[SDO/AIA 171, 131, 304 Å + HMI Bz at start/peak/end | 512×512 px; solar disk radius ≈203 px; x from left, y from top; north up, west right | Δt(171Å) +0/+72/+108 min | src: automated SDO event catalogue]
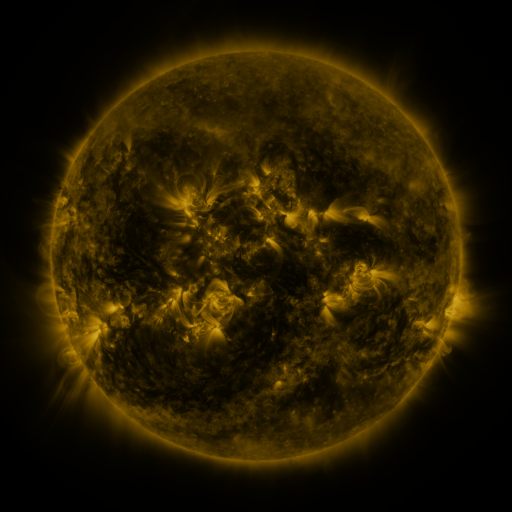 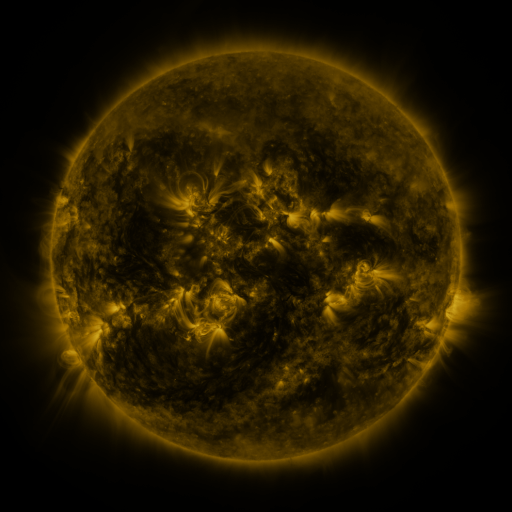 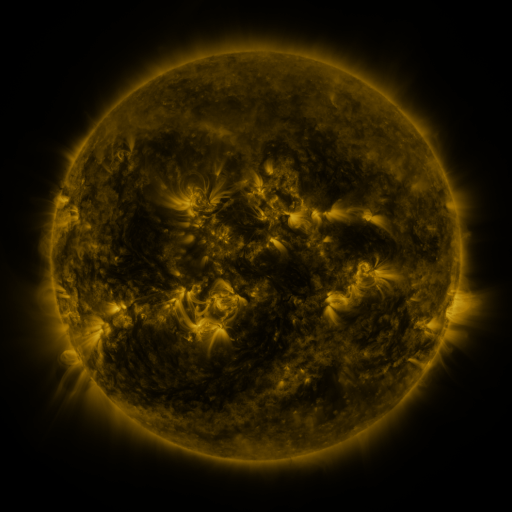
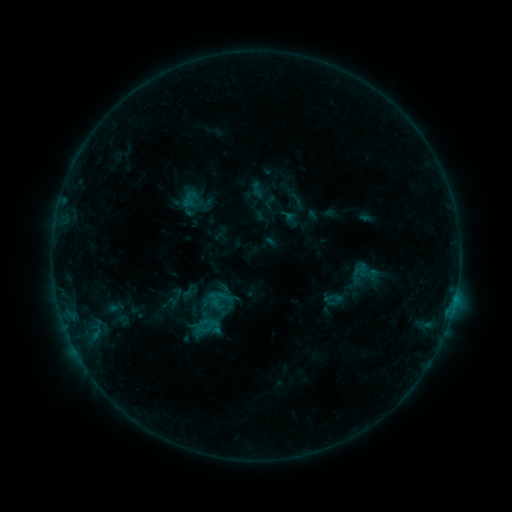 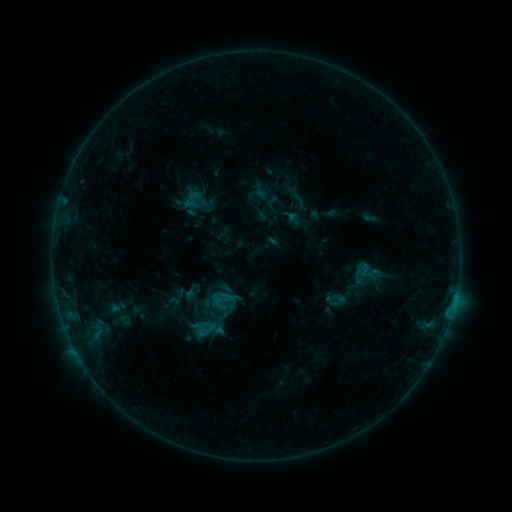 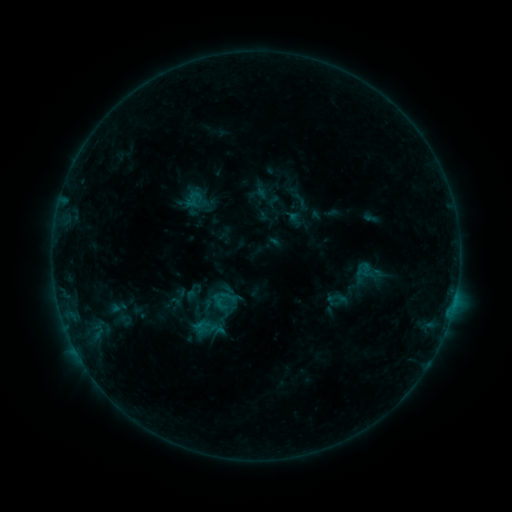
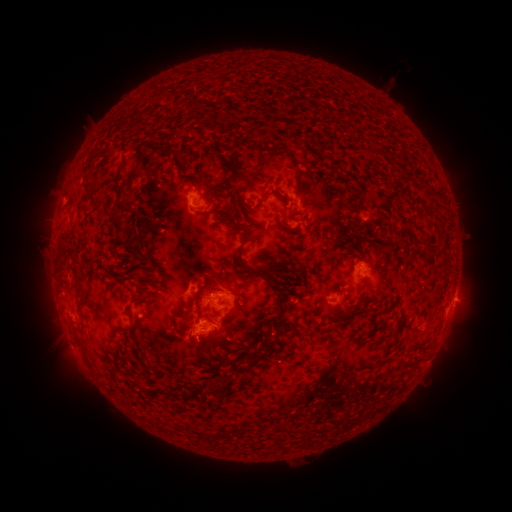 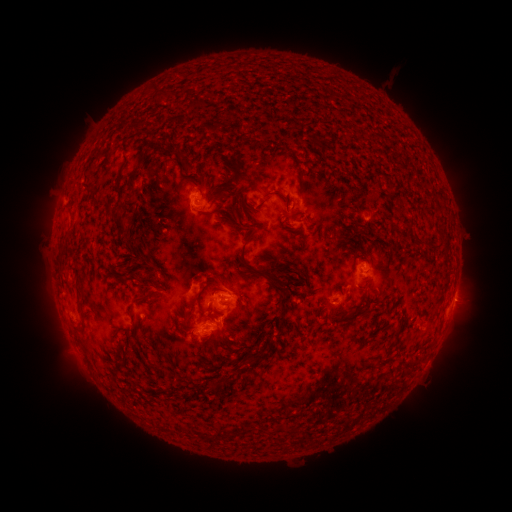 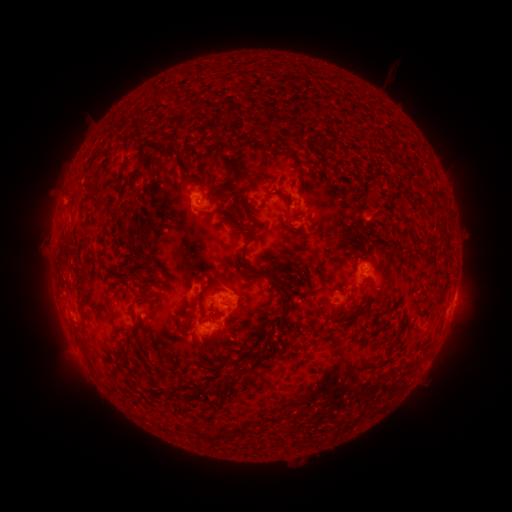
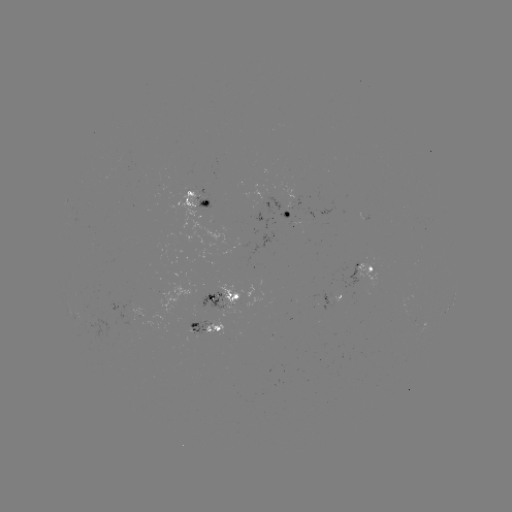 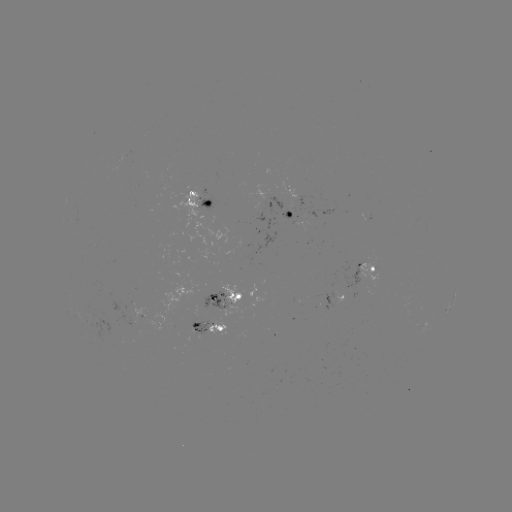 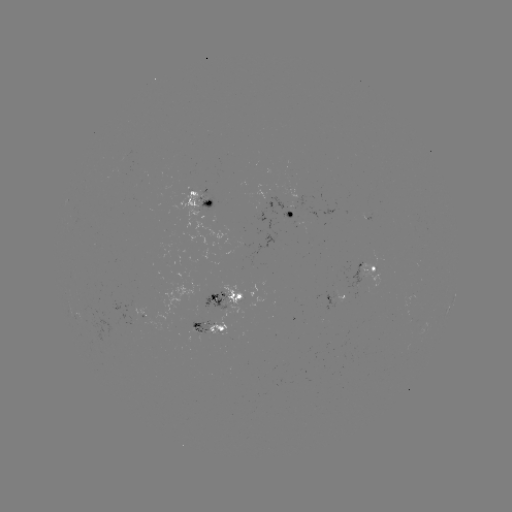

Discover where emerging-flux region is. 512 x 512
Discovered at [230, 298].